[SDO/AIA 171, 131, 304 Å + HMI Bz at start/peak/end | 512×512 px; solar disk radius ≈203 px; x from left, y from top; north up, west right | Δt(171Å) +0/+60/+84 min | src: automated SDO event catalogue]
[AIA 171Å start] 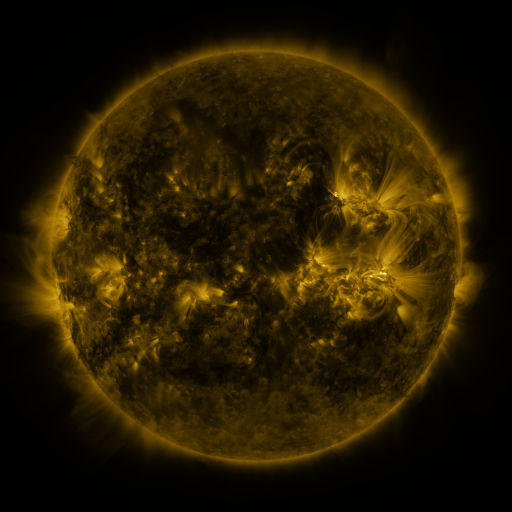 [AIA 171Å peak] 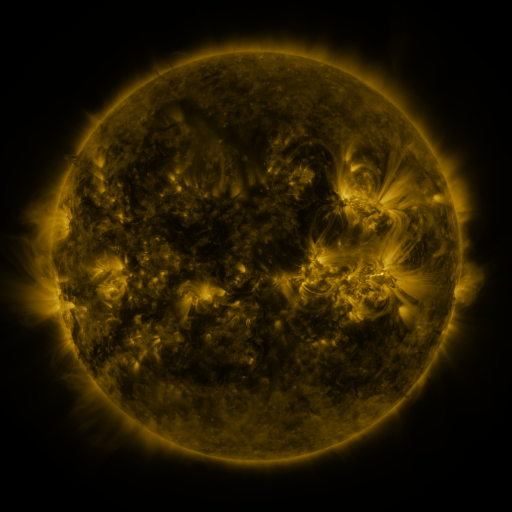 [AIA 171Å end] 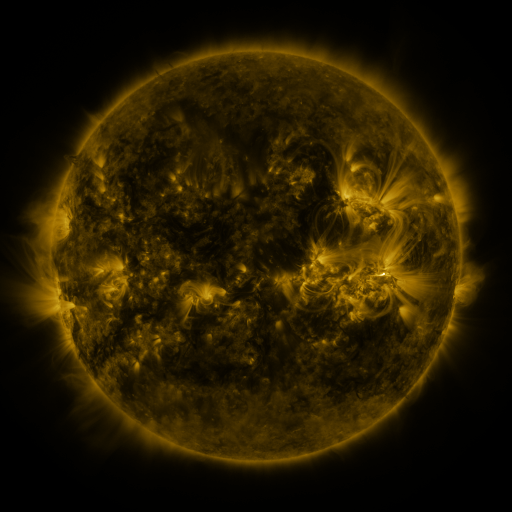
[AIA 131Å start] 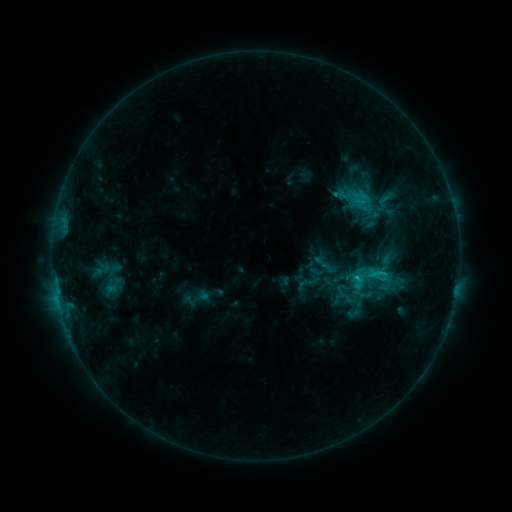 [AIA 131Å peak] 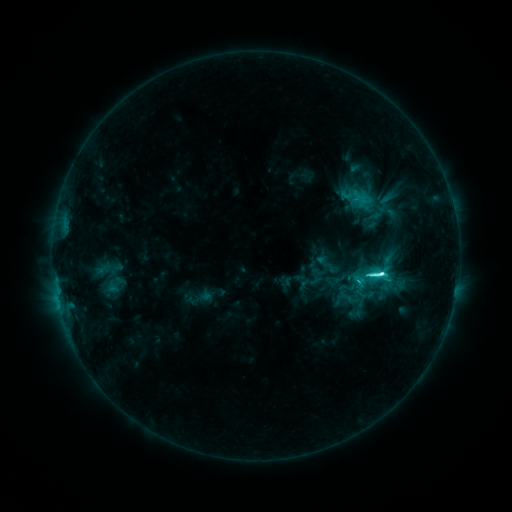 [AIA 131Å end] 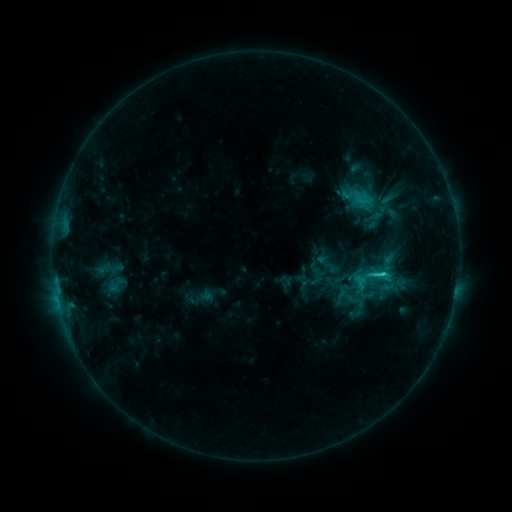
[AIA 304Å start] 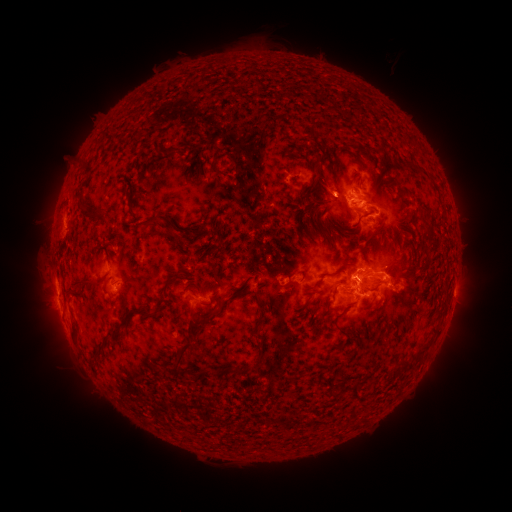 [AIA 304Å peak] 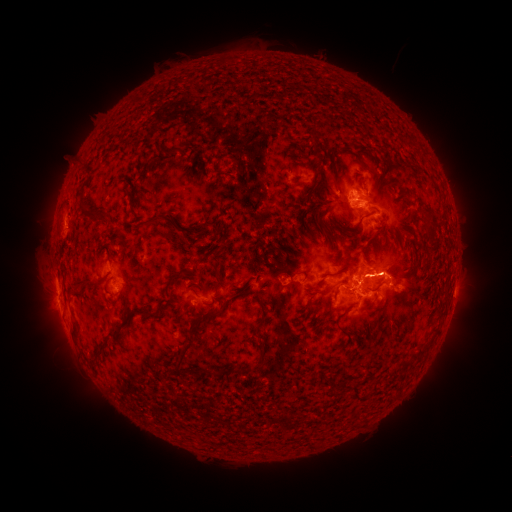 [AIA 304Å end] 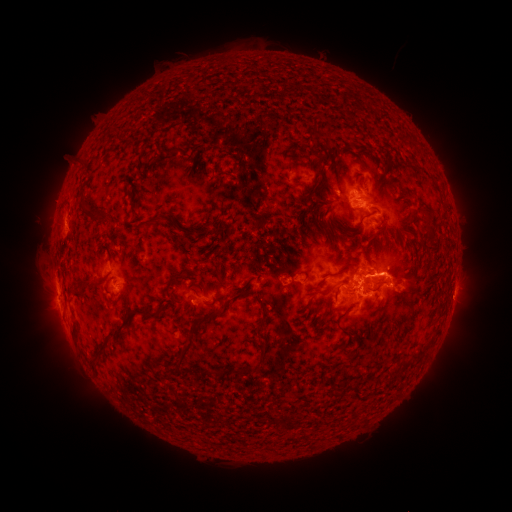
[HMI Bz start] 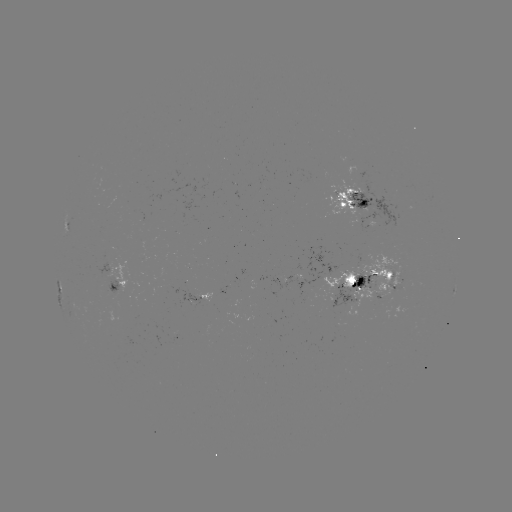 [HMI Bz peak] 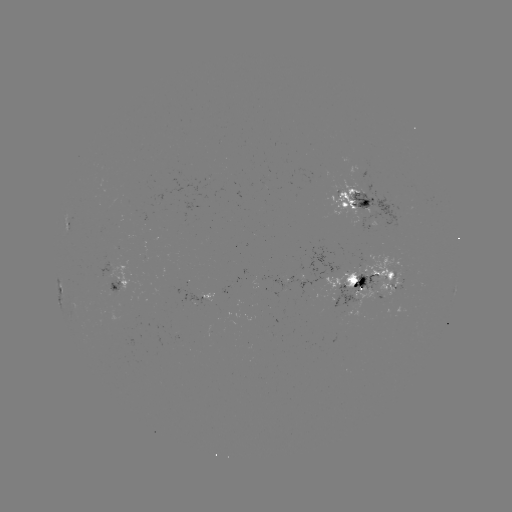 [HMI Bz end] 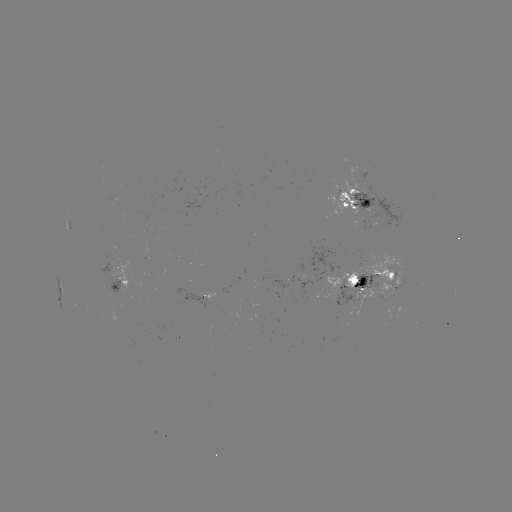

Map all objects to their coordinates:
emerging-flux region: (363, 214)
